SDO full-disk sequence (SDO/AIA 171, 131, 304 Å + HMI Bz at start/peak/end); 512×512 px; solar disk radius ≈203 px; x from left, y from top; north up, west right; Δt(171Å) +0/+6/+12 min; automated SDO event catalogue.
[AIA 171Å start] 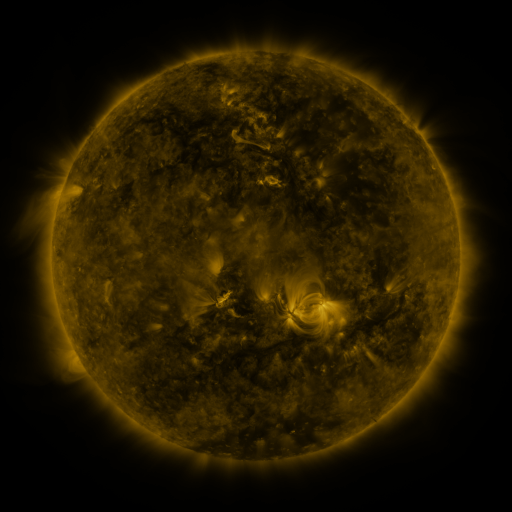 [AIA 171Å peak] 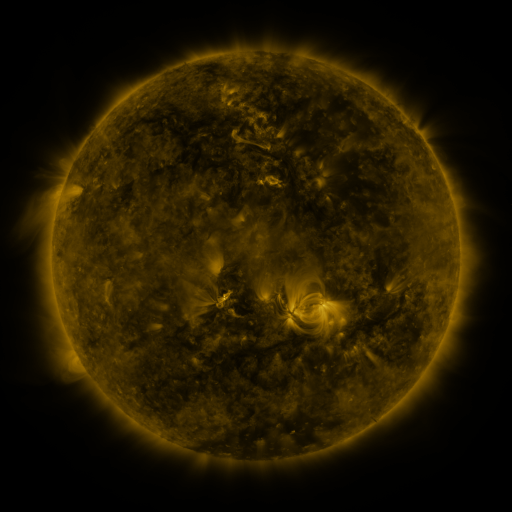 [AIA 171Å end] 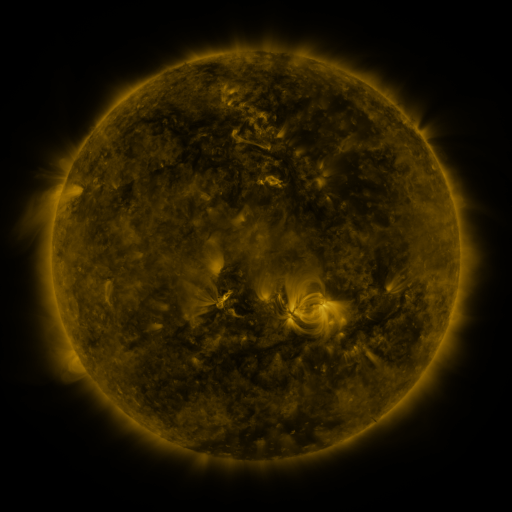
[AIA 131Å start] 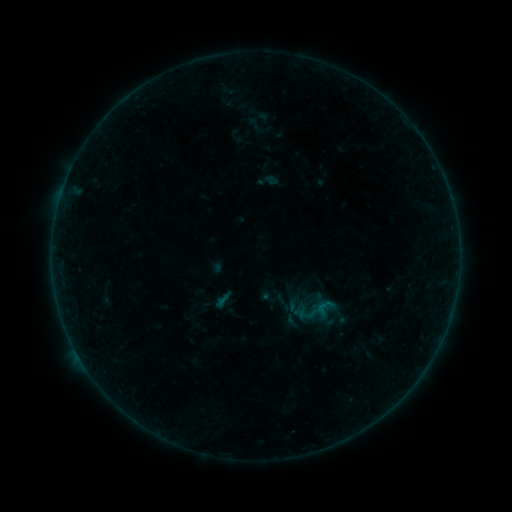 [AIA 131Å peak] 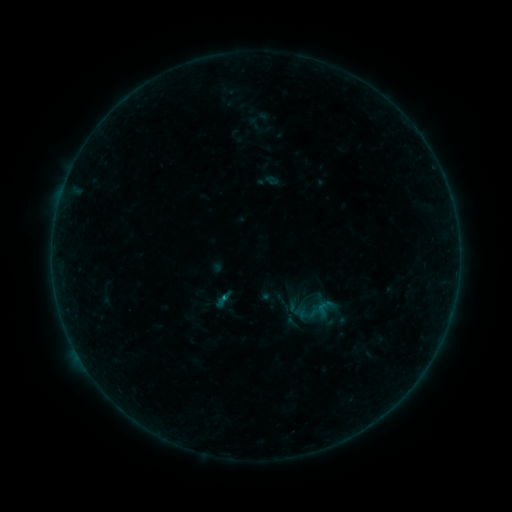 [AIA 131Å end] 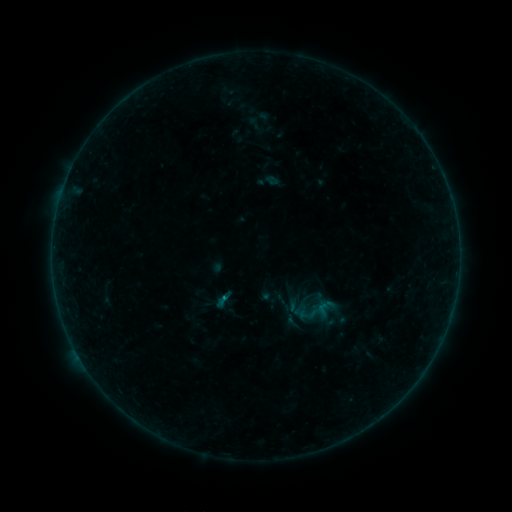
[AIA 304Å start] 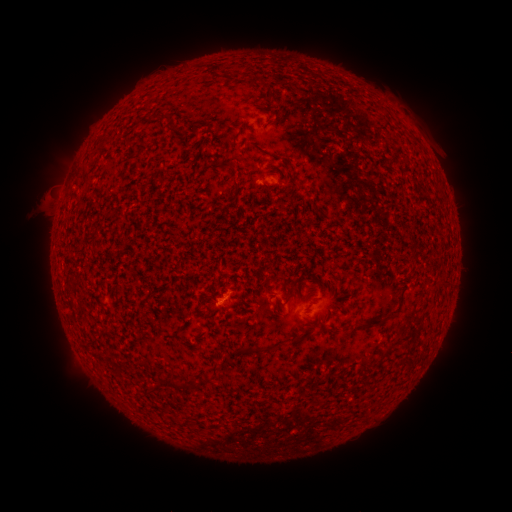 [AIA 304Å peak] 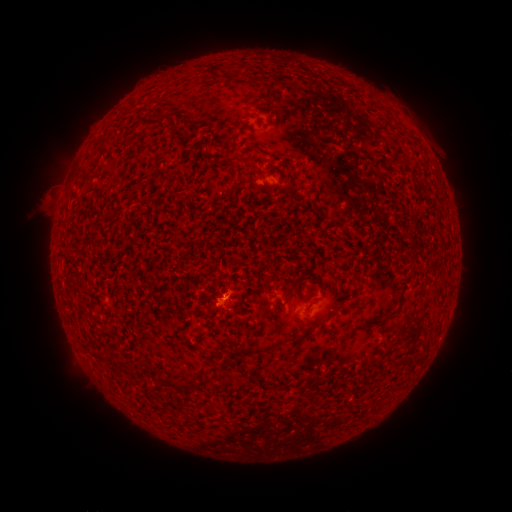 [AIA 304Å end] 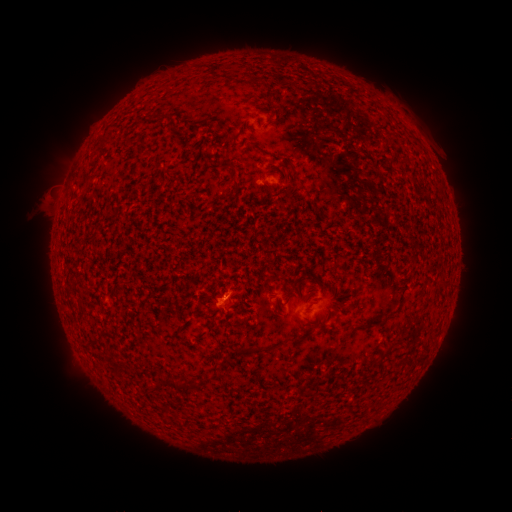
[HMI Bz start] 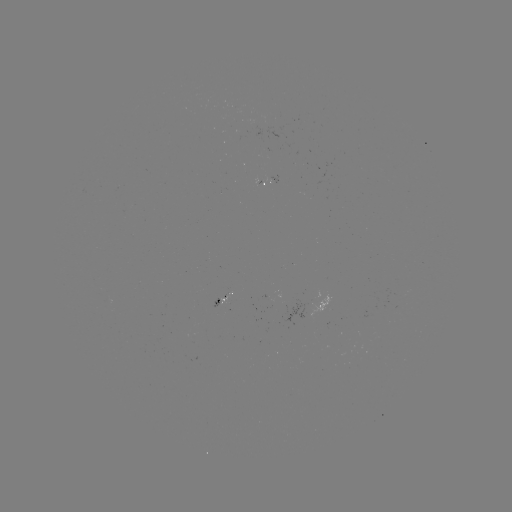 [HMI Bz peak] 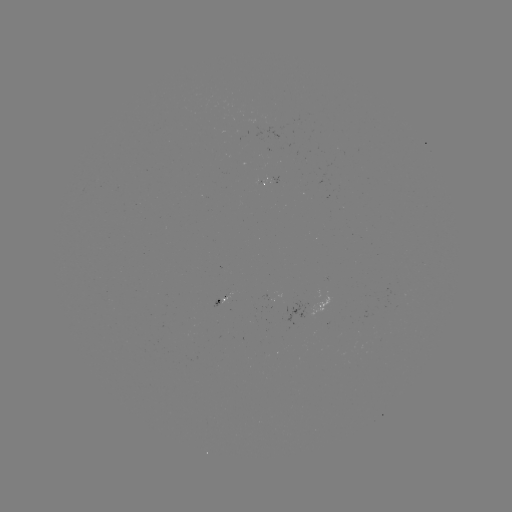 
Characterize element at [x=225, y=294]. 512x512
B2.0 flare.